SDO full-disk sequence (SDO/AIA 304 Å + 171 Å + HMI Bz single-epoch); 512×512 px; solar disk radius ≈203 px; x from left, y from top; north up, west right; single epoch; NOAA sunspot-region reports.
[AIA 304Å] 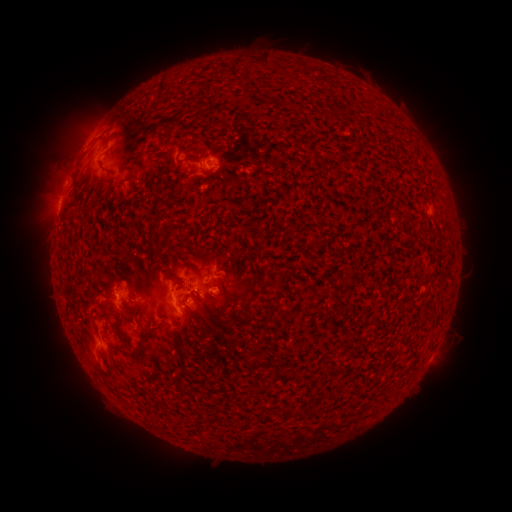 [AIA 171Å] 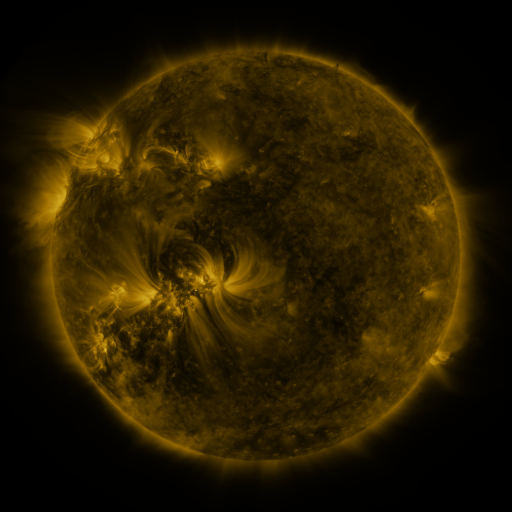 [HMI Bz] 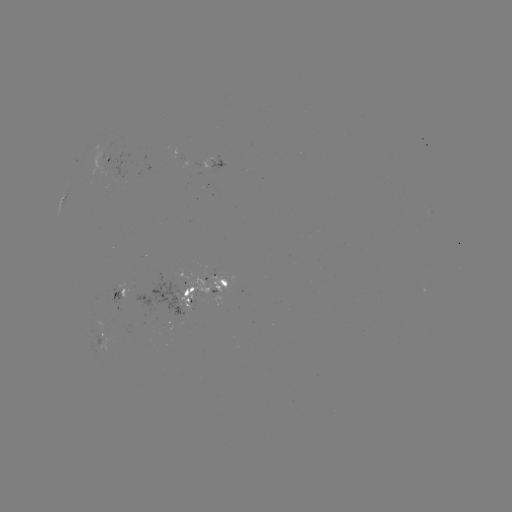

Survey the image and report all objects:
spotted active region: (108, 157)
spotted active region: (219, 164)
spotted active region: (432, 216)
spotted active region: (201, 289)
spotted active region: (121, 291)
spotted active region: (104, 328)
